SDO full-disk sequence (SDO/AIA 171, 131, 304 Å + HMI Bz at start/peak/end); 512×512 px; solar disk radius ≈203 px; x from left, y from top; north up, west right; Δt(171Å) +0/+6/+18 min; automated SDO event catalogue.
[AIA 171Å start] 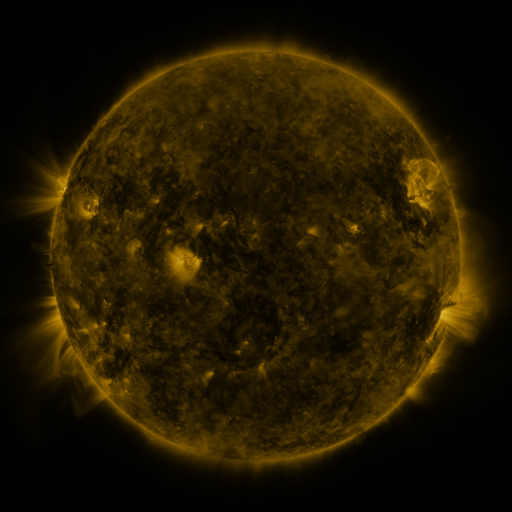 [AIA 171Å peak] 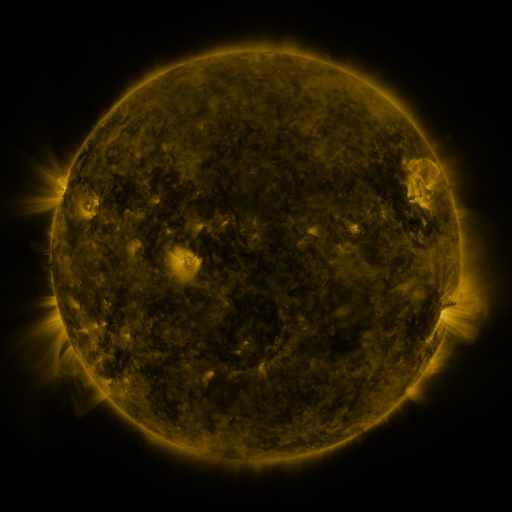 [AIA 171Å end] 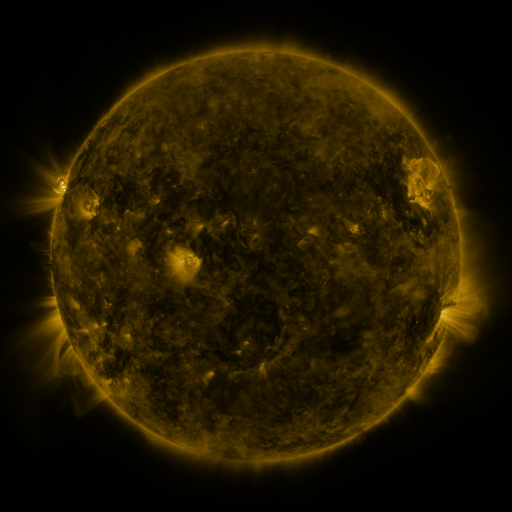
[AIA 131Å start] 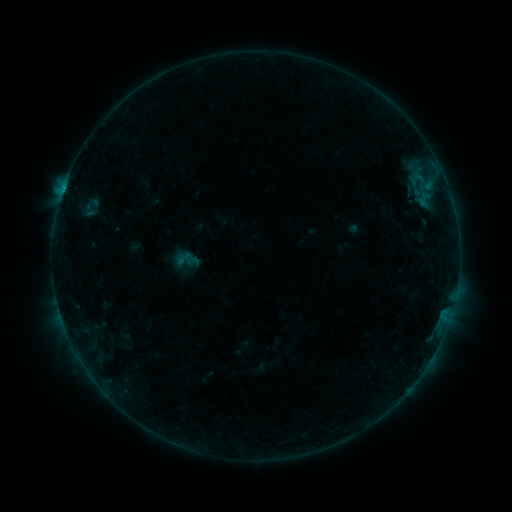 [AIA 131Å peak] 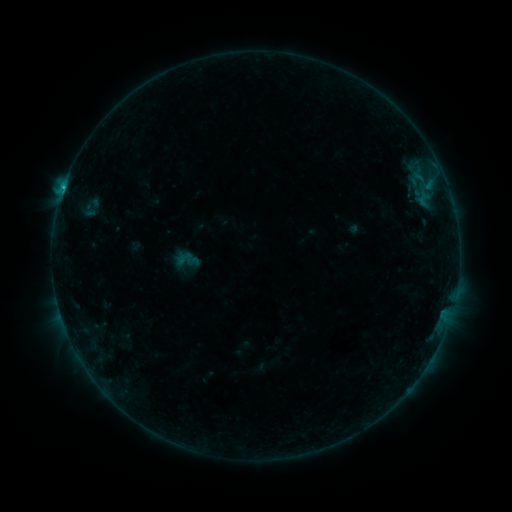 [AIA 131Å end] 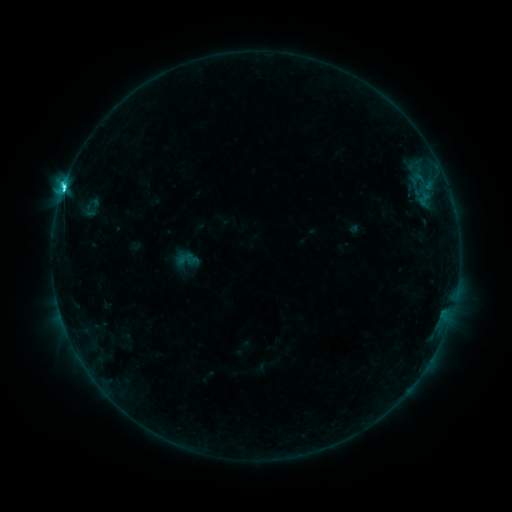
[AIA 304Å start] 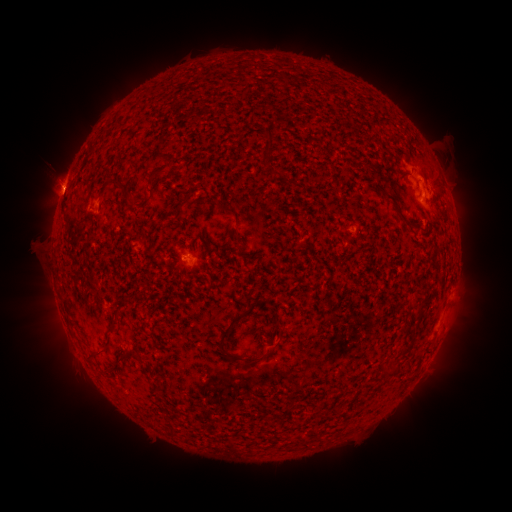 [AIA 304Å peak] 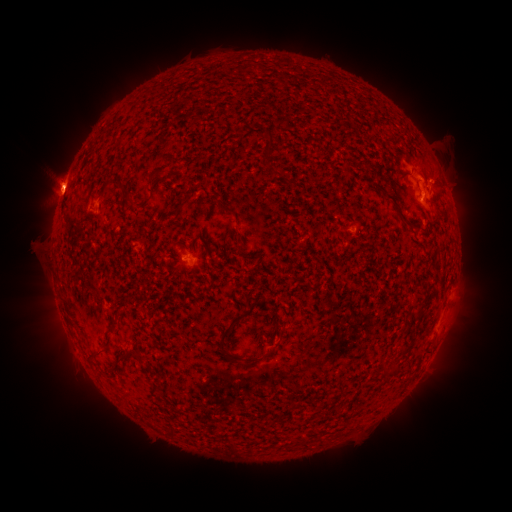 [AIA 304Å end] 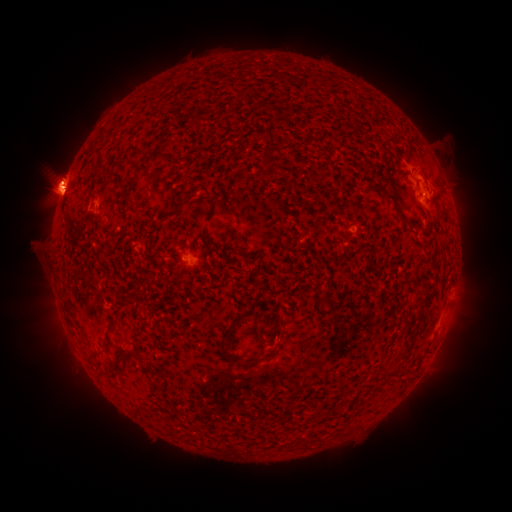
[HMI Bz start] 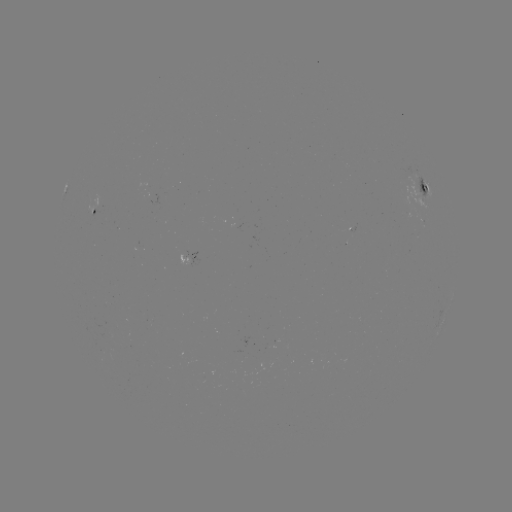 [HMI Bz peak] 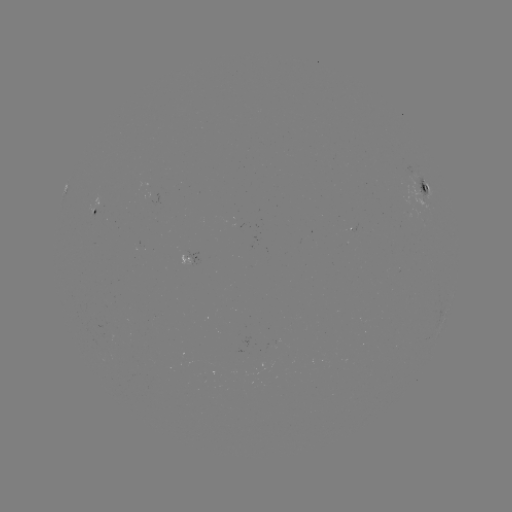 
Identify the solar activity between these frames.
eruption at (58, 186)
